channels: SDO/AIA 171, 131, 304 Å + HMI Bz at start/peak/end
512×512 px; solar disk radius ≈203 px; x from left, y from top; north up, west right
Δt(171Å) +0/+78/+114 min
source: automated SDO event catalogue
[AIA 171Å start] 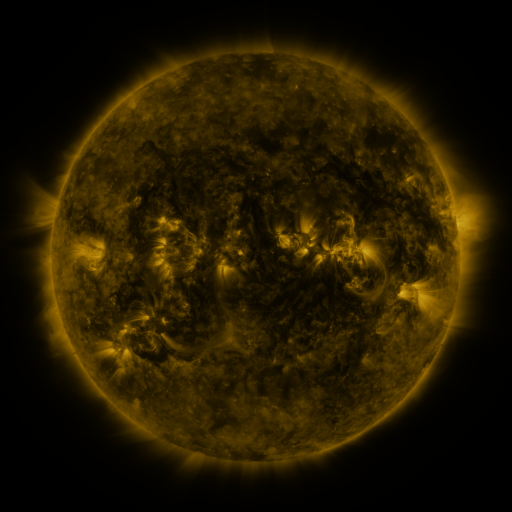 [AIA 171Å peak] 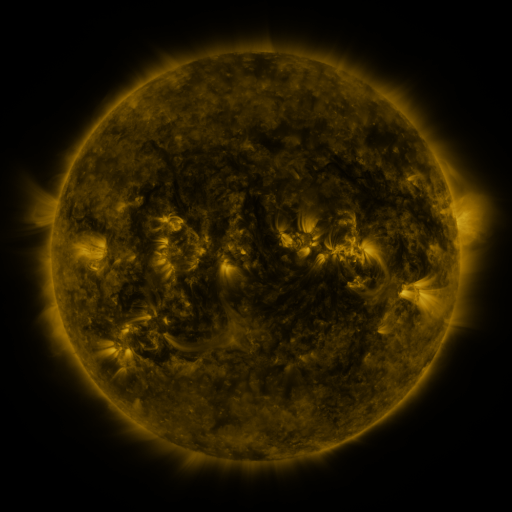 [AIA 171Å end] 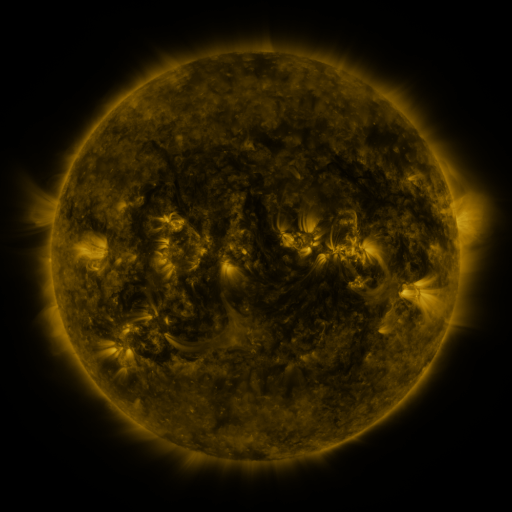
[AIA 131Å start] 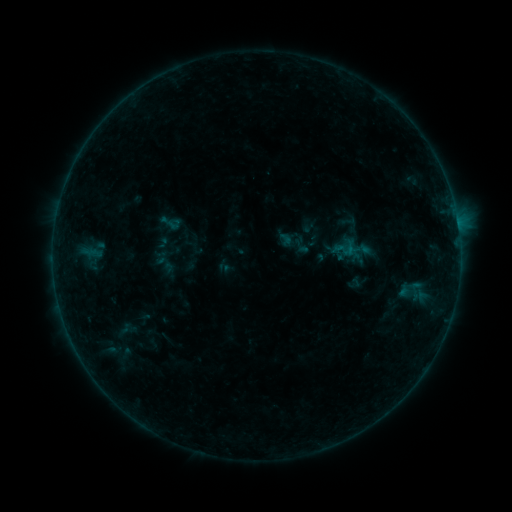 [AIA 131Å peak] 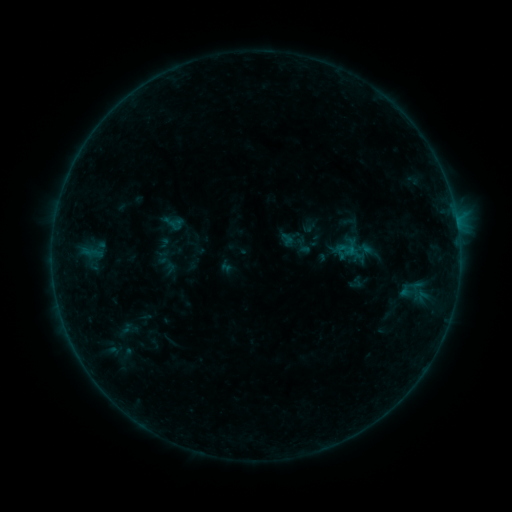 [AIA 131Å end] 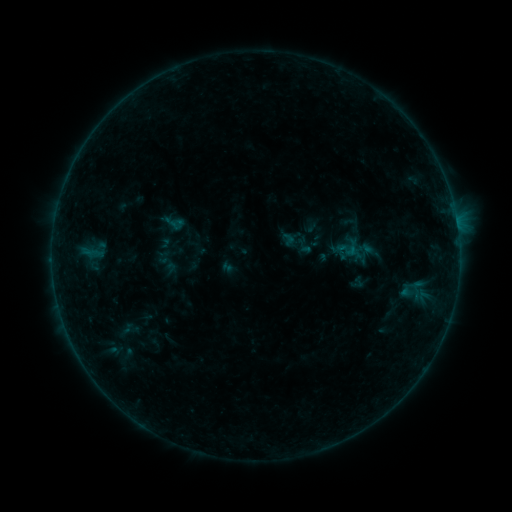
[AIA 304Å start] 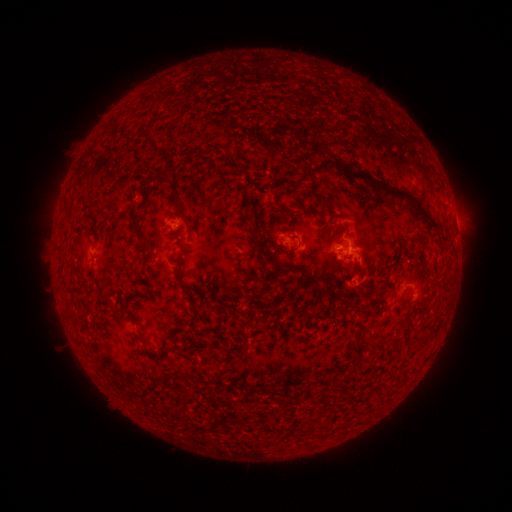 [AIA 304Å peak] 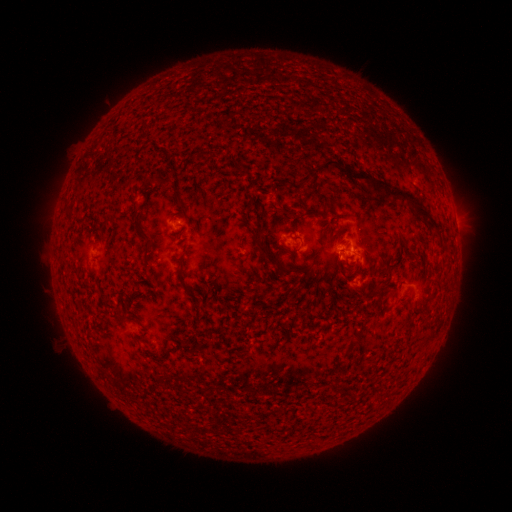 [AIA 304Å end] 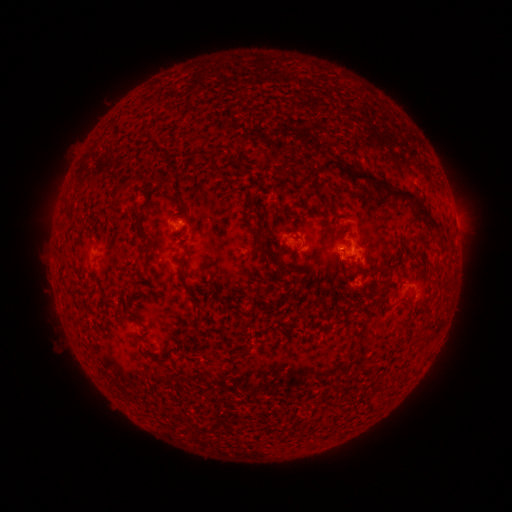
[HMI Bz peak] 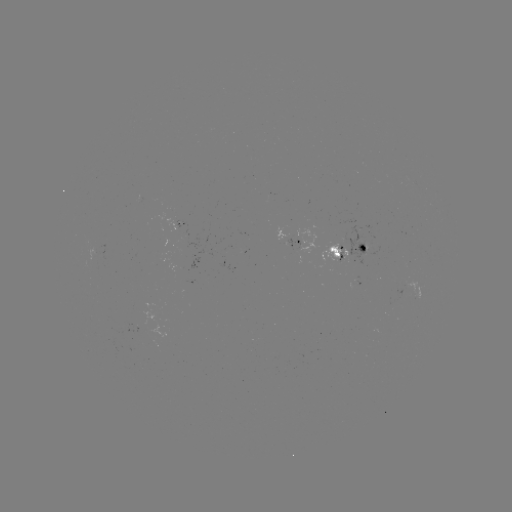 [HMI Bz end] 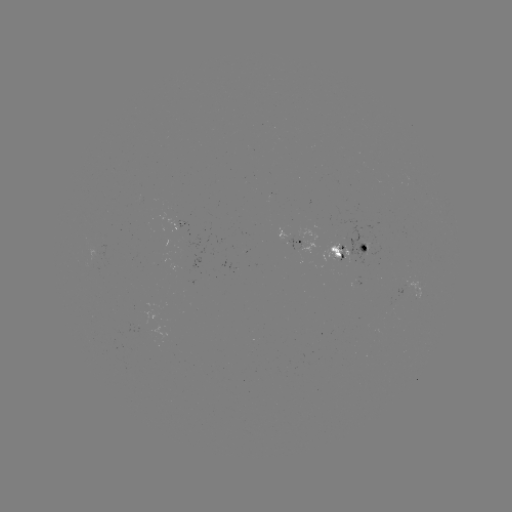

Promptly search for emerging-flux region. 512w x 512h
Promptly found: [370, 253].